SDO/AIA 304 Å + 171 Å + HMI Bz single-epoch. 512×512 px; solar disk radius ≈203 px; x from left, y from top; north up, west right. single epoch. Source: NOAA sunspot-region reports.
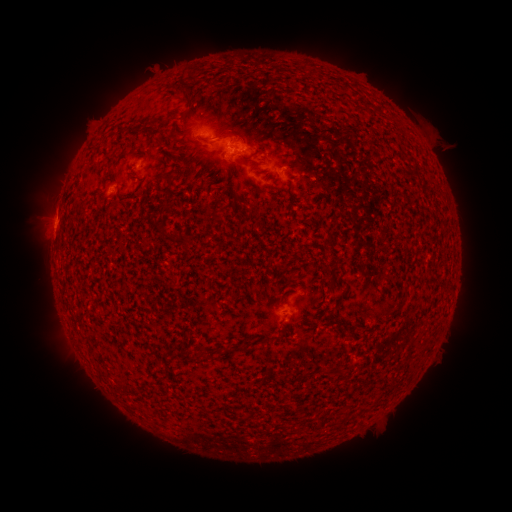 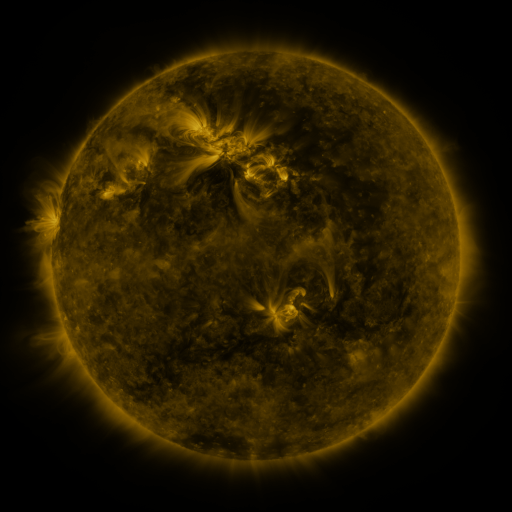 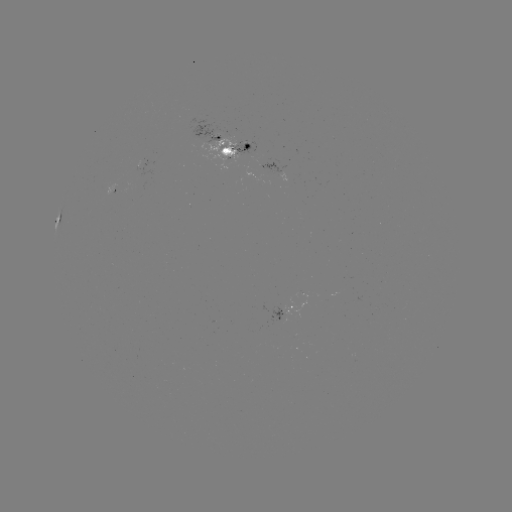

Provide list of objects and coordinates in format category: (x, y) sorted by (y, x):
(none)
